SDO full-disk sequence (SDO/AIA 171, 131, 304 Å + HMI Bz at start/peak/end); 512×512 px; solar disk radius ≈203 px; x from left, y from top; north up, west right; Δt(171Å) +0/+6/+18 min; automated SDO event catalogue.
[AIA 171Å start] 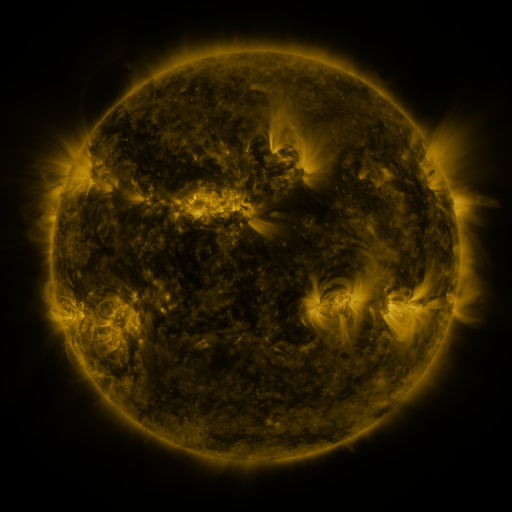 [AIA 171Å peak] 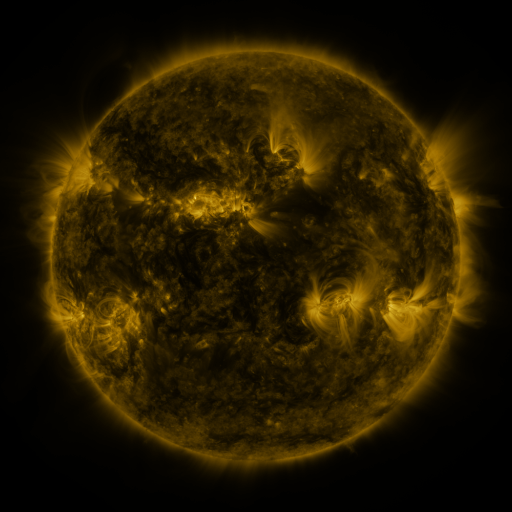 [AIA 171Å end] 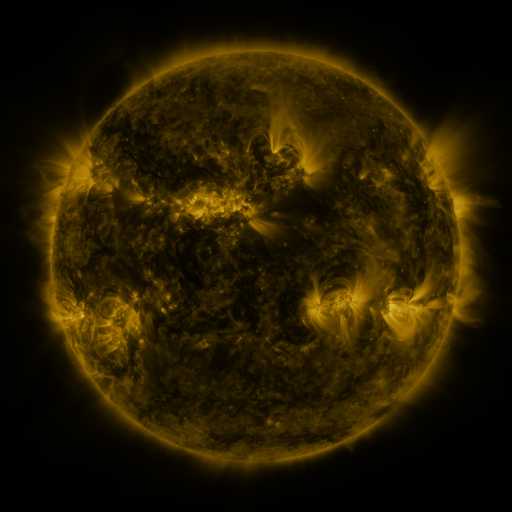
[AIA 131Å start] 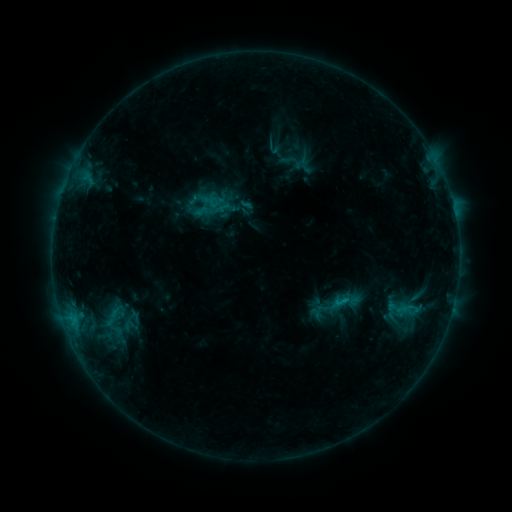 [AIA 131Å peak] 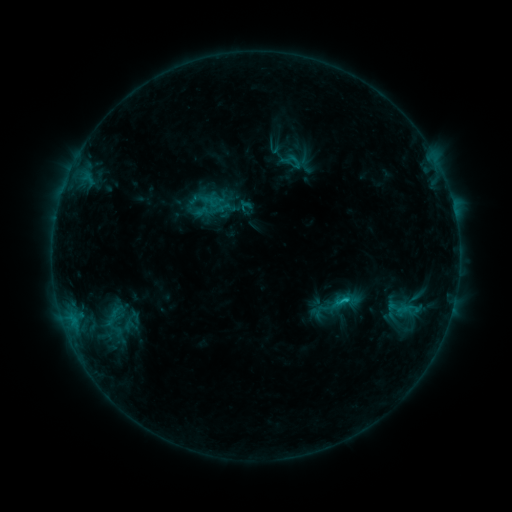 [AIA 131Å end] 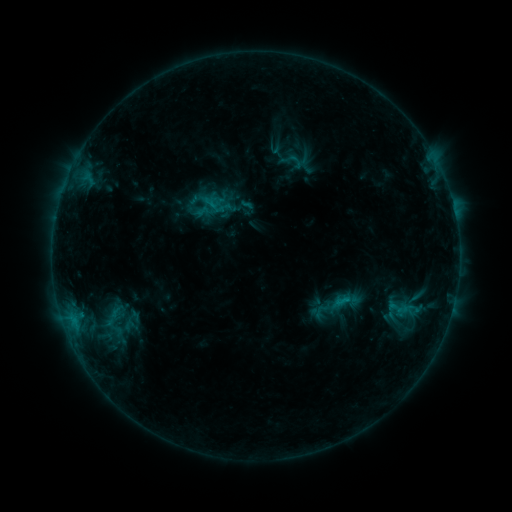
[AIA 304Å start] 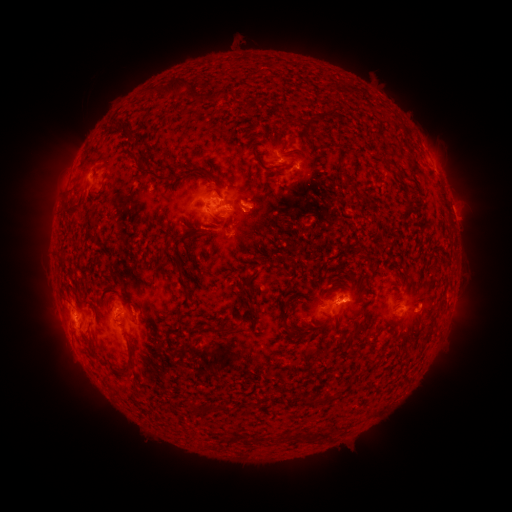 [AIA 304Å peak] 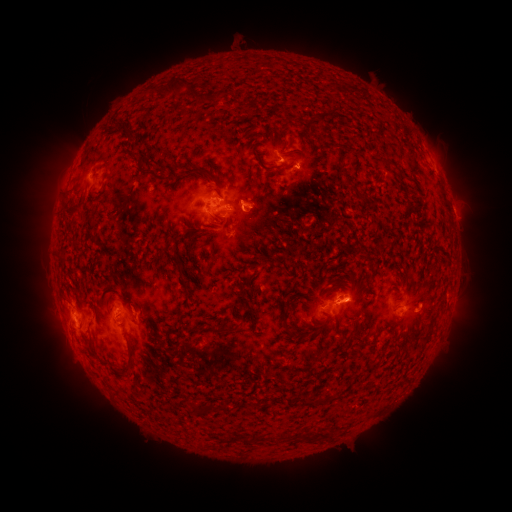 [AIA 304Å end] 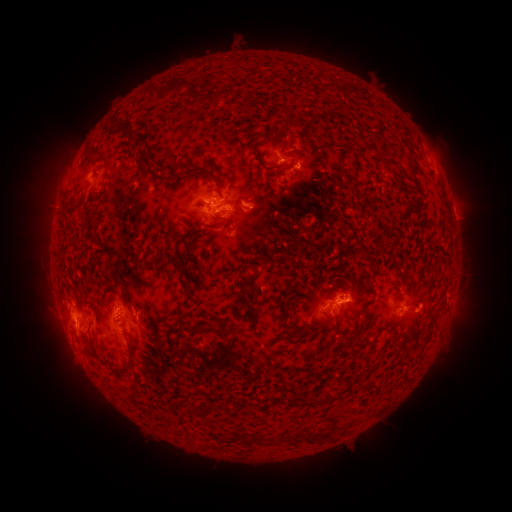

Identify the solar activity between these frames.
C1.4 flare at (344, 299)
